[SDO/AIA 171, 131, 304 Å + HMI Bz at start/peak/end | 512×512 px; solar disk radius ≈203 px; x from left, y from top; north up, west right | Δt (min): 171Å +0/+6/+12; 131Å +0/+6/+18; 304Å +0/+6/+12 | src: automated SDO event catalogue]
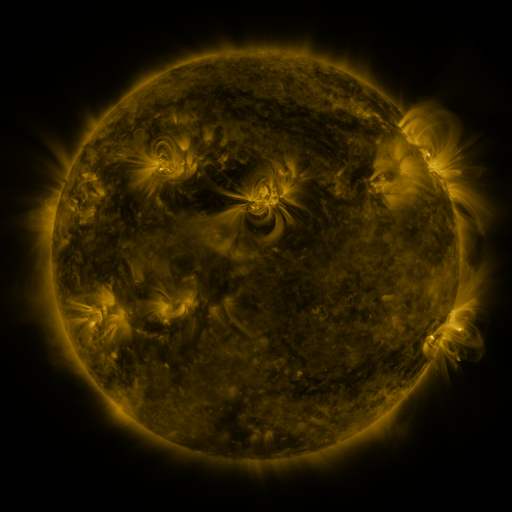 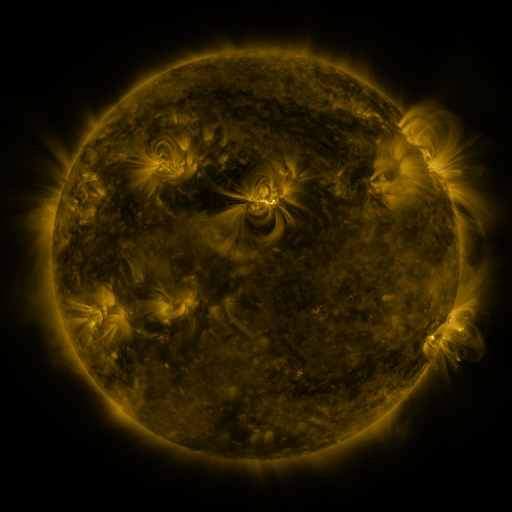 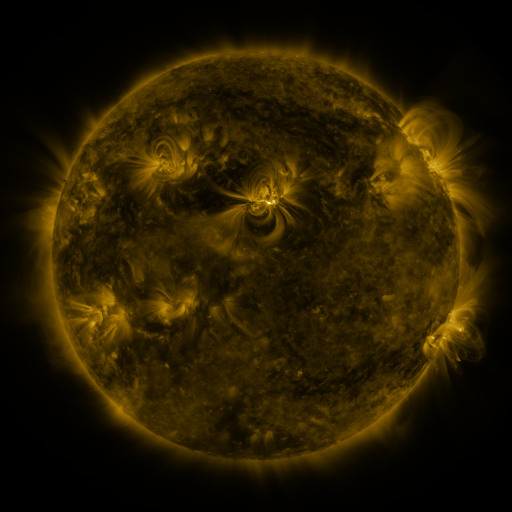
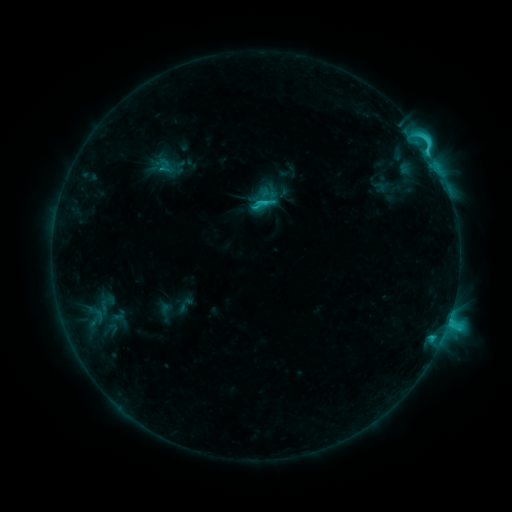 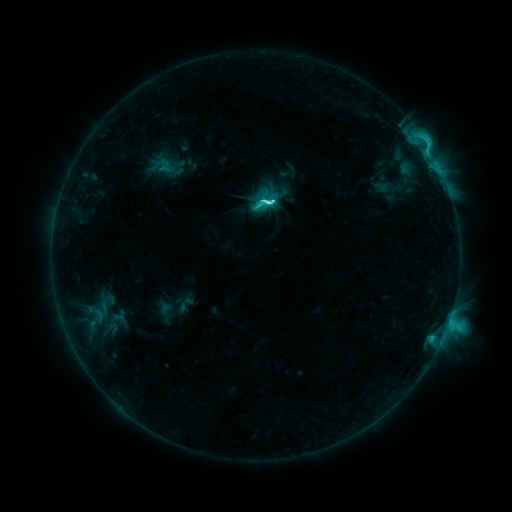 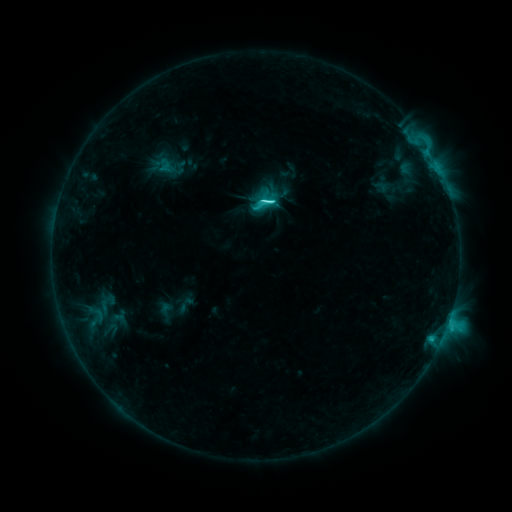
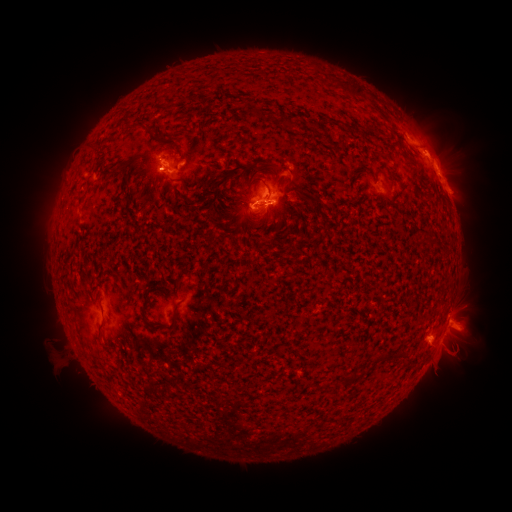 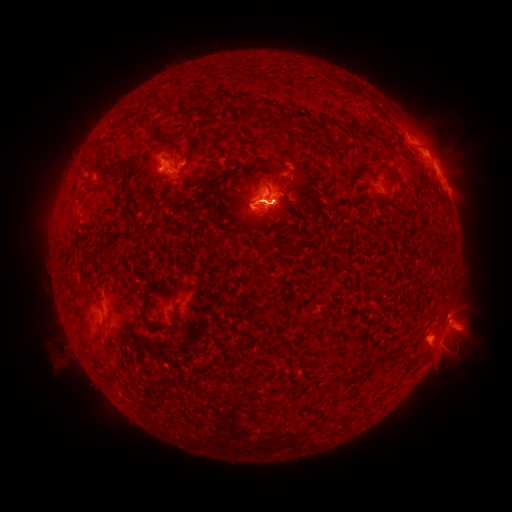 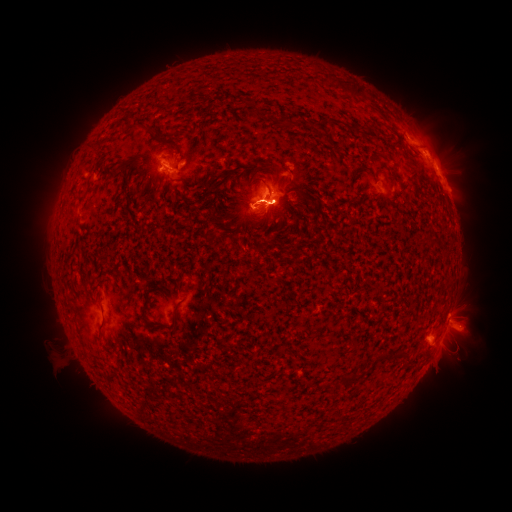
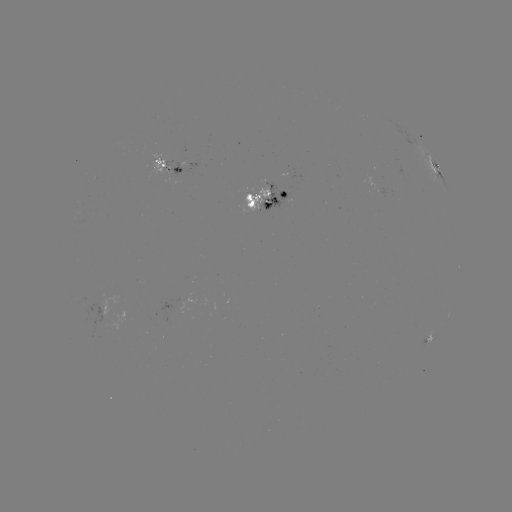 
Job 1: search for eruption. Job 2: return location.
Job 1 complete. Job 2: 457,348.